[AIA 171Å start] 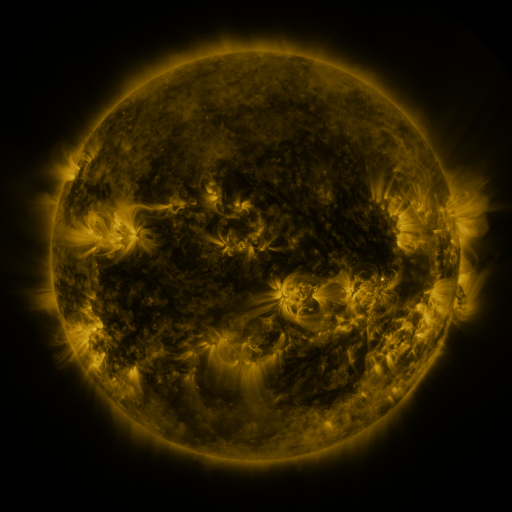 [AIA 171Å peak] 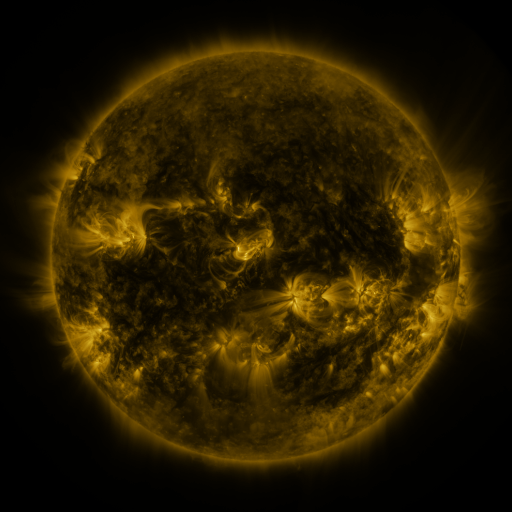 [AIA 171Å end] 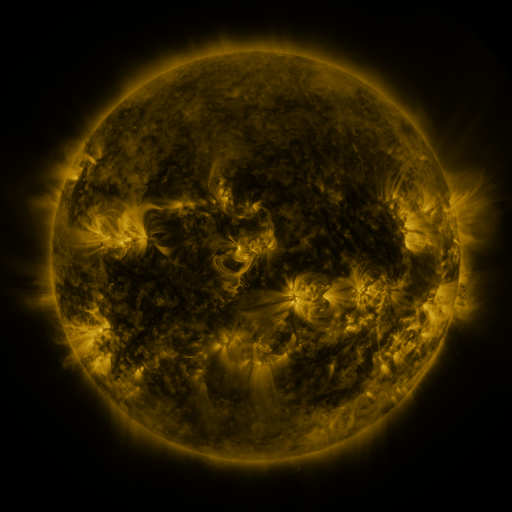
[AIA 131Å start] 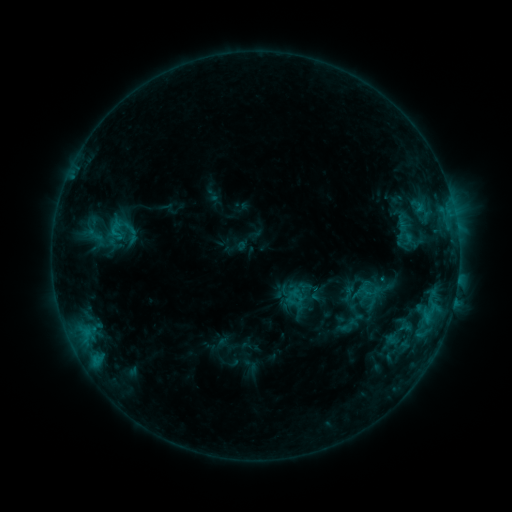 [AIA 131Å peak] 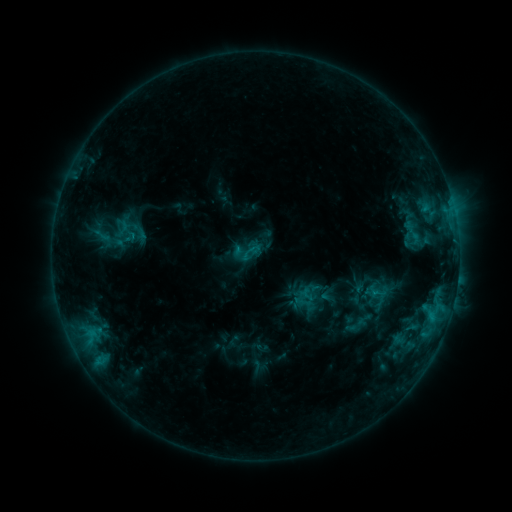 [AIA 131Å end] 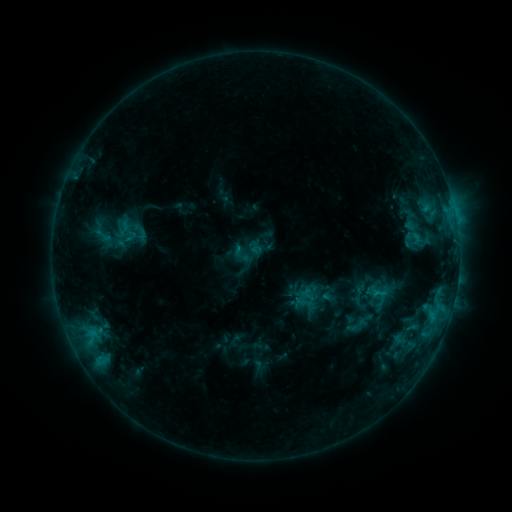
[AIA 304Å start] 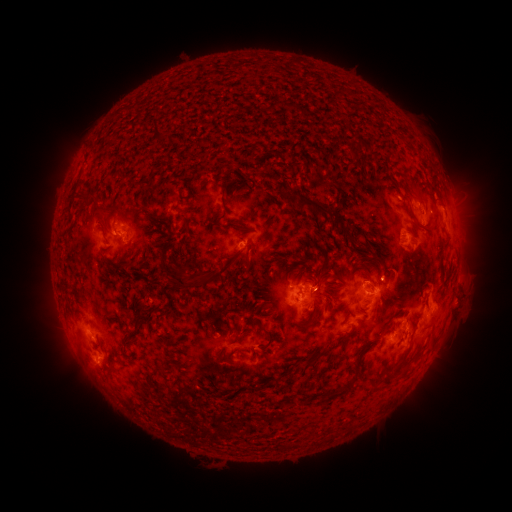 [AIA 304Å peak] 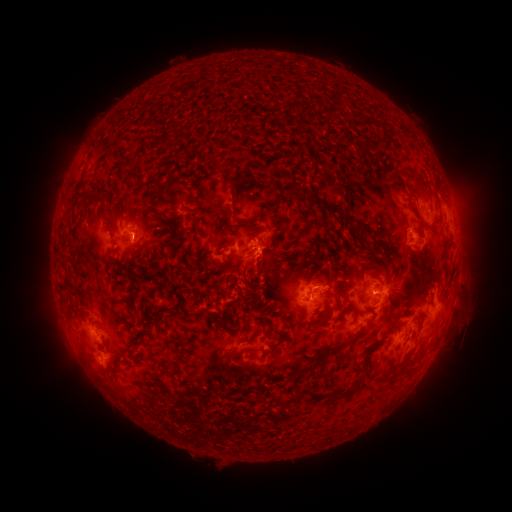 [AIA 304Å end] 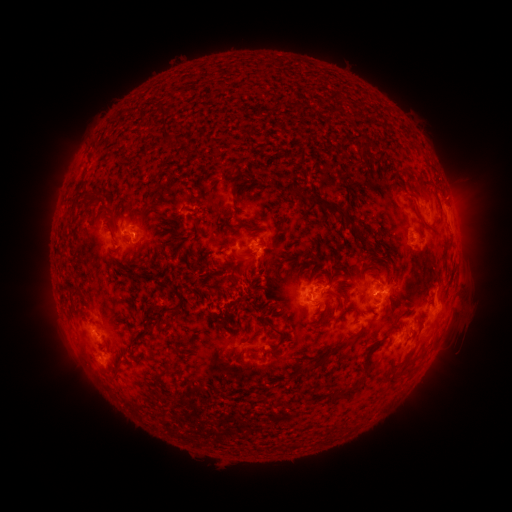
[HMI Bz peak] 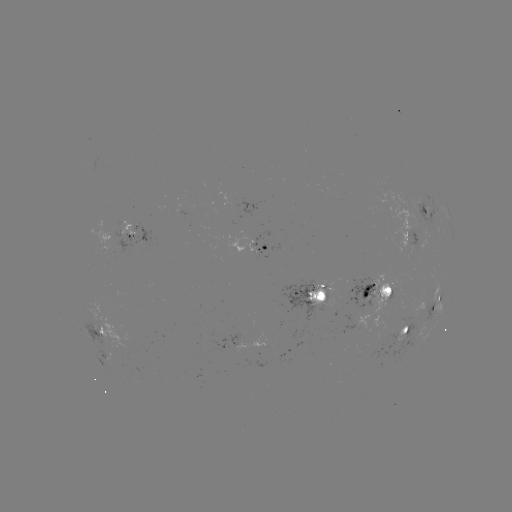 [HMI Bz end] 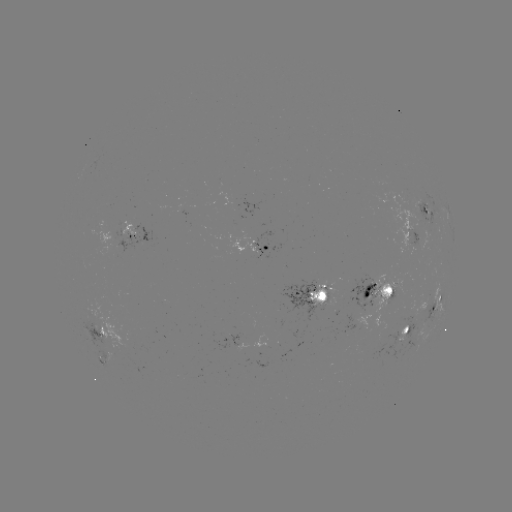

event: emerging-flux region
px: (352, 284)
